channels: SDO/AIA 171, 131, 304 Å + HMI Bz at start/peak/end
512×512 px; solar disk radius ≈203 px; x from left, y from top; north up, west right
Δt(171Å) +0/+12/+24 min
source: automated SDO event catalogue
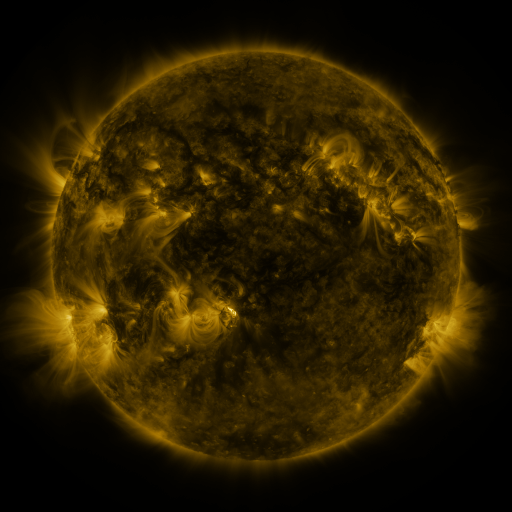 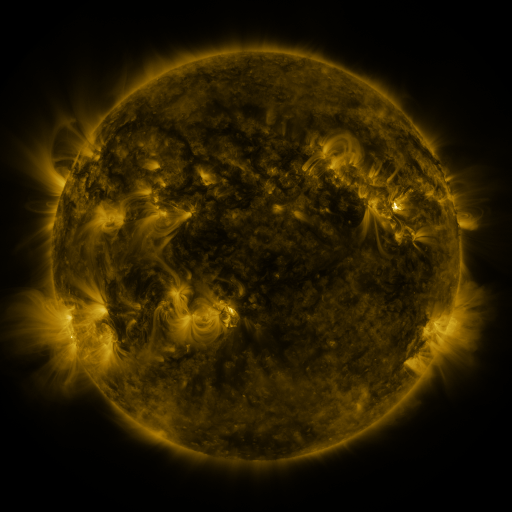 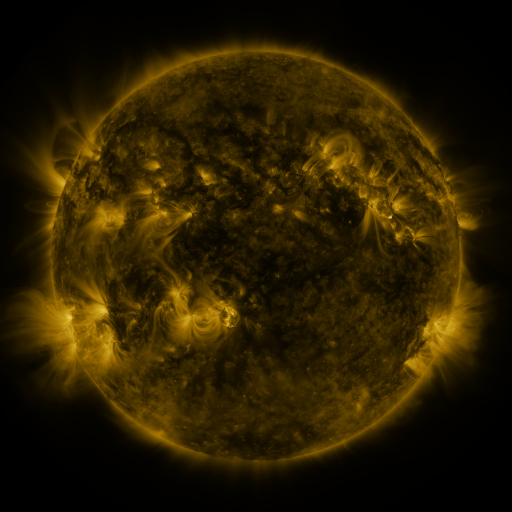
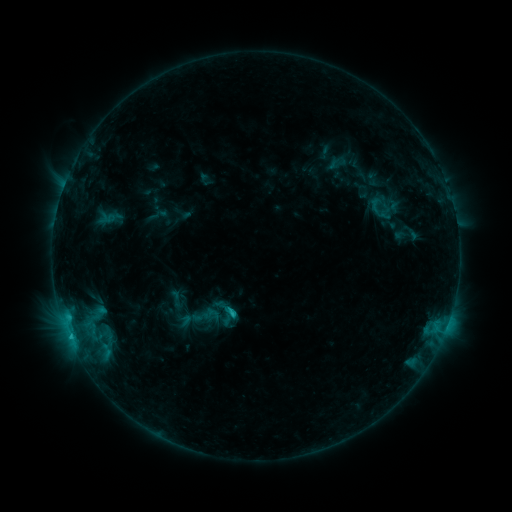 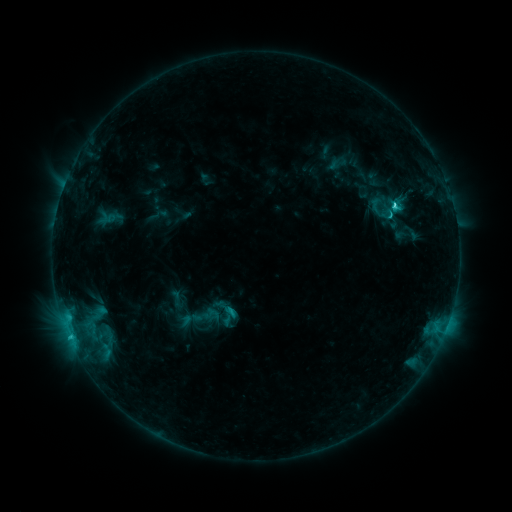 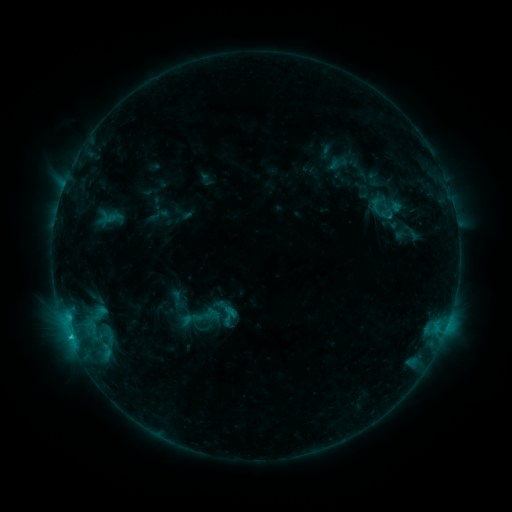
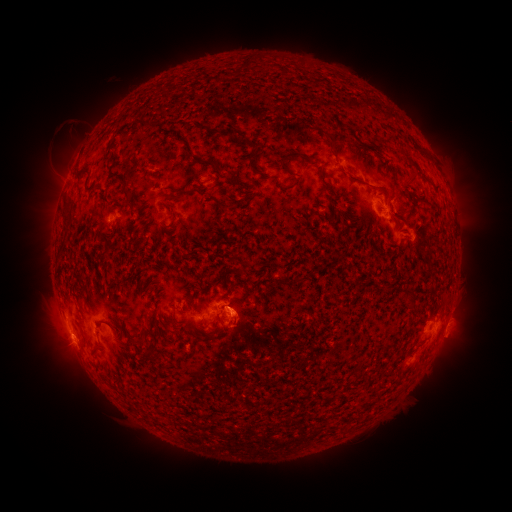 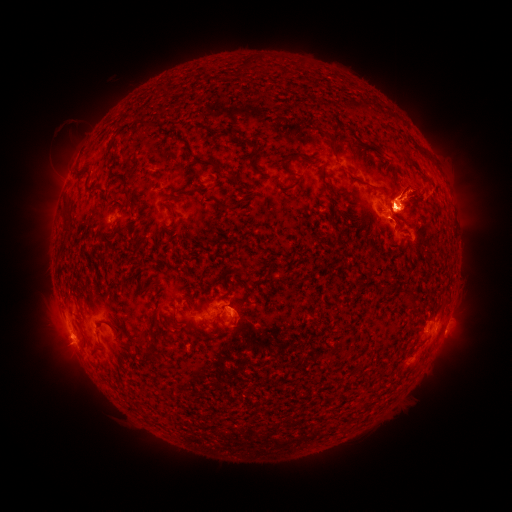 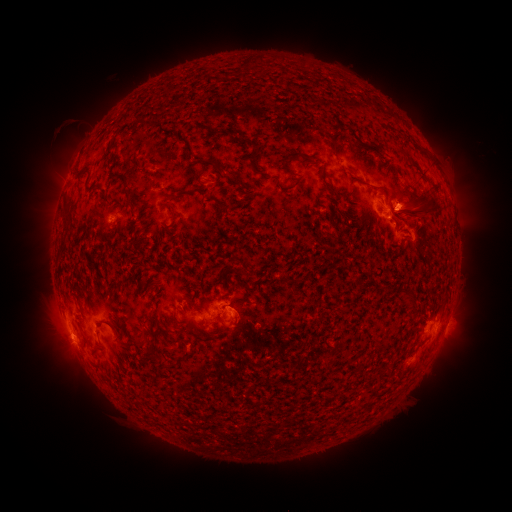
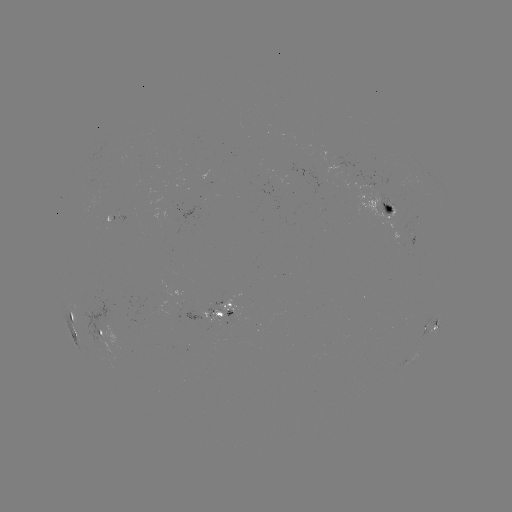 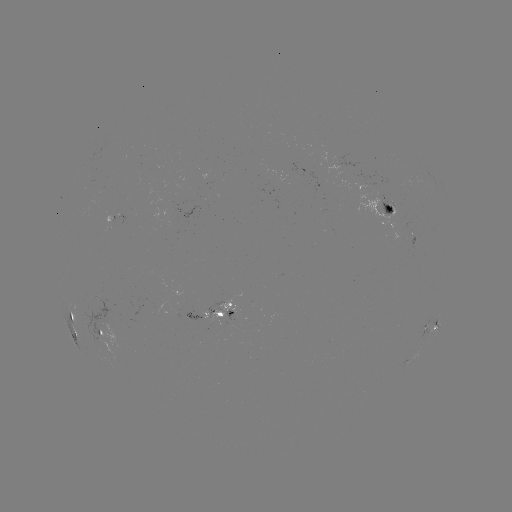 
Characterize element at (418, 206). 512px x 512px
eruption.